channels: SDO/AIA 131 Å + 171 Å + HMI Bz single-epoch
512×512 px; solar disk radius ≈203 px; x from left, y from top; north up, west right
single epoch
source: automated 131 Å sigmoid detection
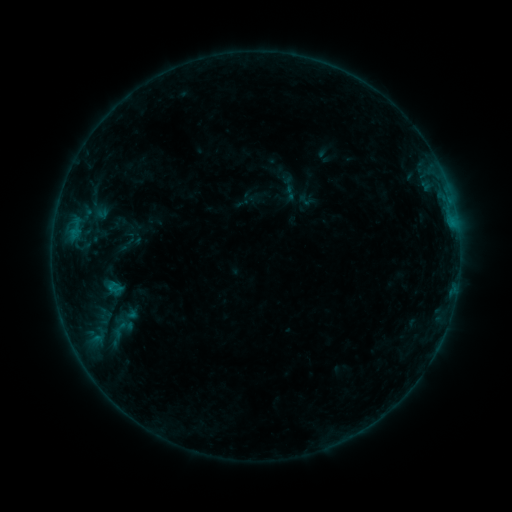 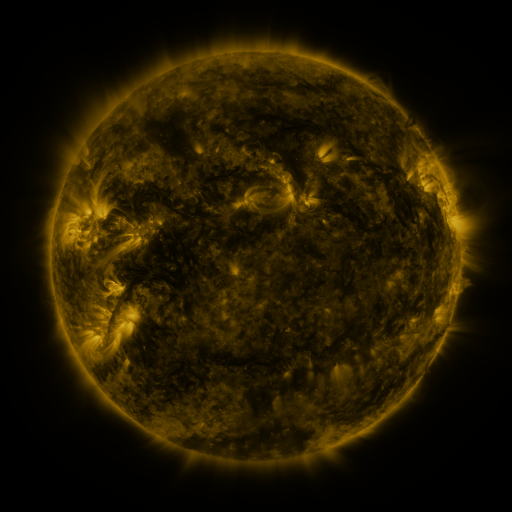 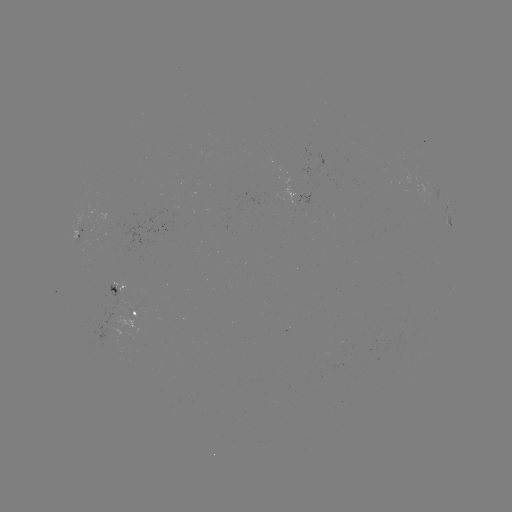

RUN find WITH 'sigmoid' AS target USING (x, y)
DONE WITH (114, 287) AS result